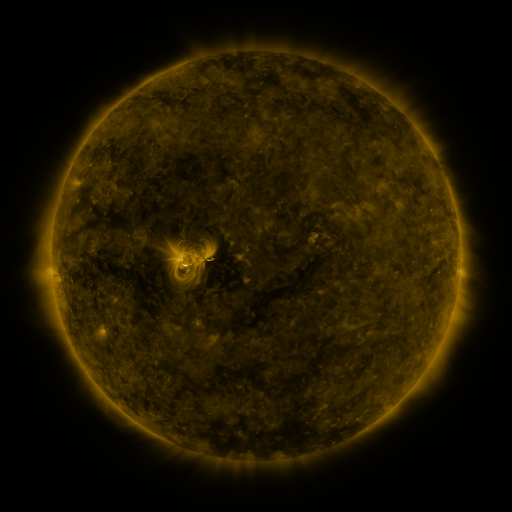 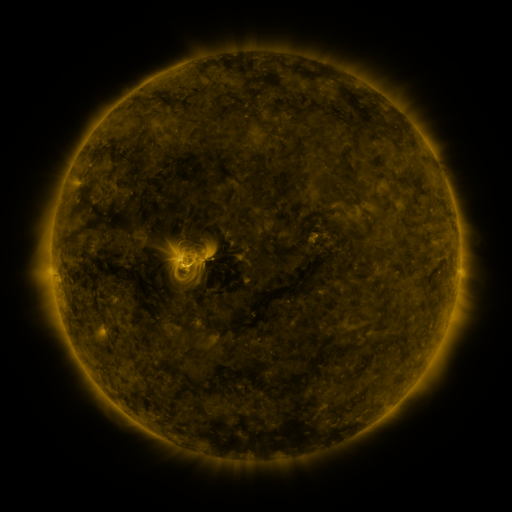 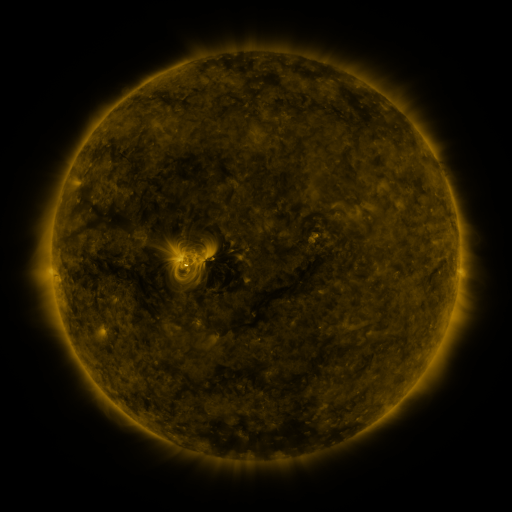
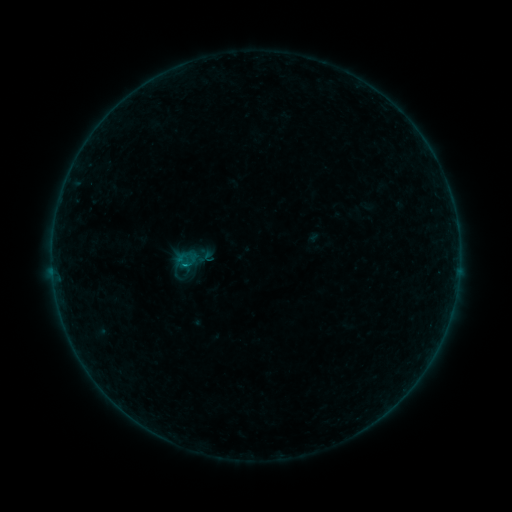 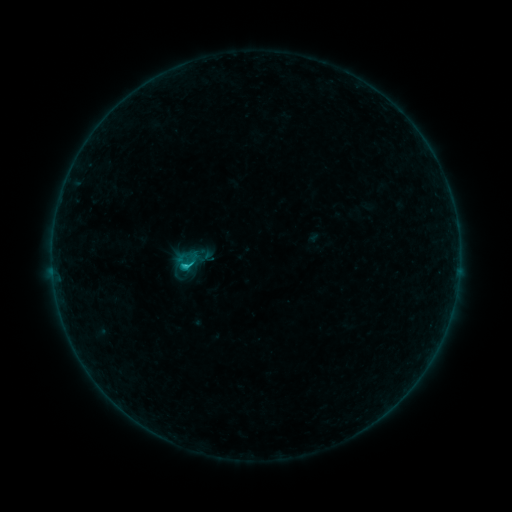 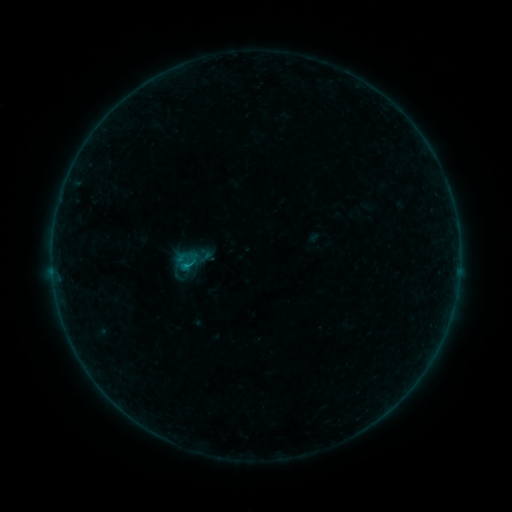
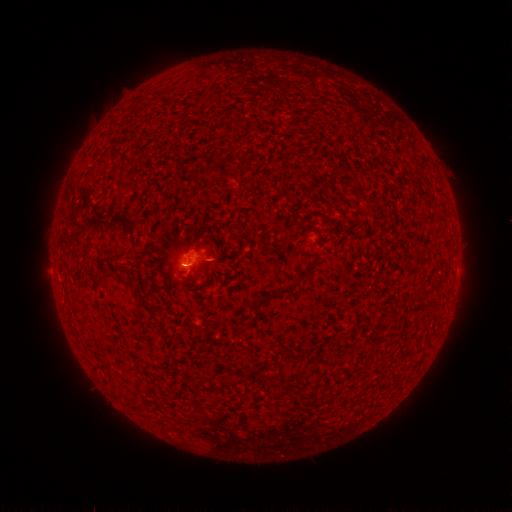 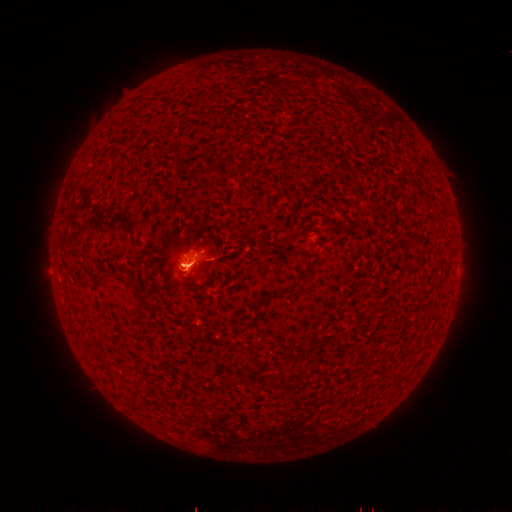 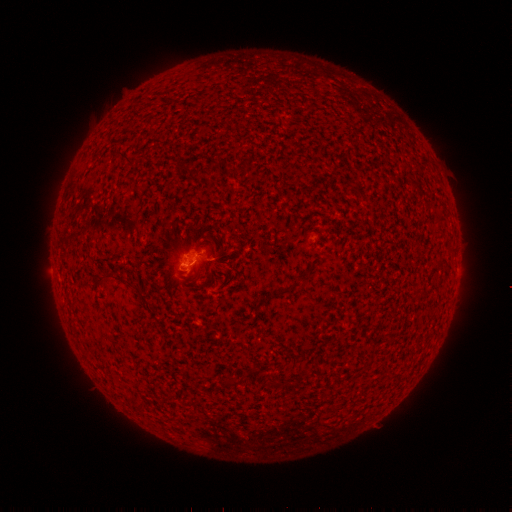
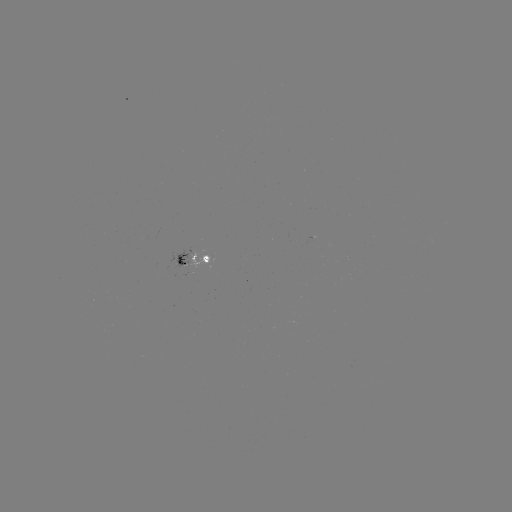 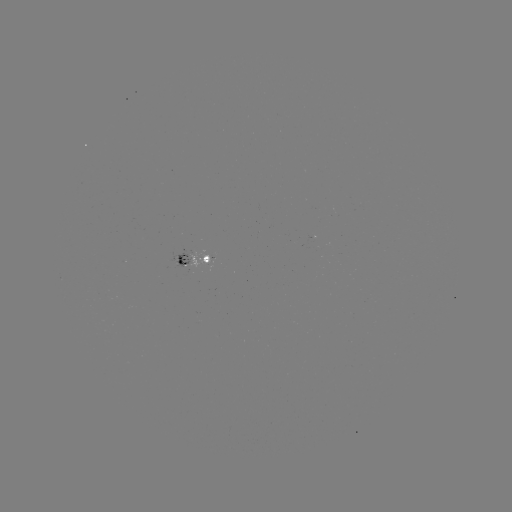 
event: flare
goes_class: B7.2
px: (187, 266)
